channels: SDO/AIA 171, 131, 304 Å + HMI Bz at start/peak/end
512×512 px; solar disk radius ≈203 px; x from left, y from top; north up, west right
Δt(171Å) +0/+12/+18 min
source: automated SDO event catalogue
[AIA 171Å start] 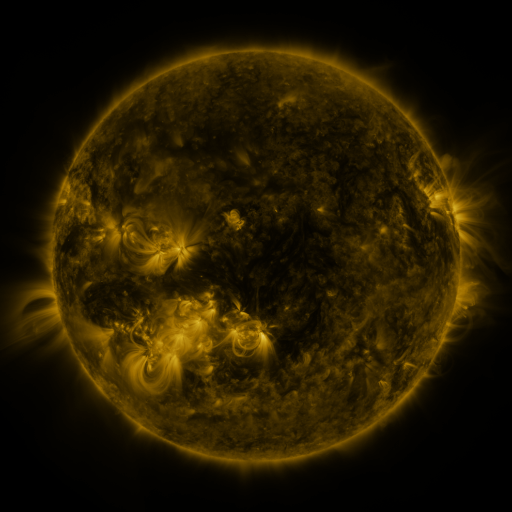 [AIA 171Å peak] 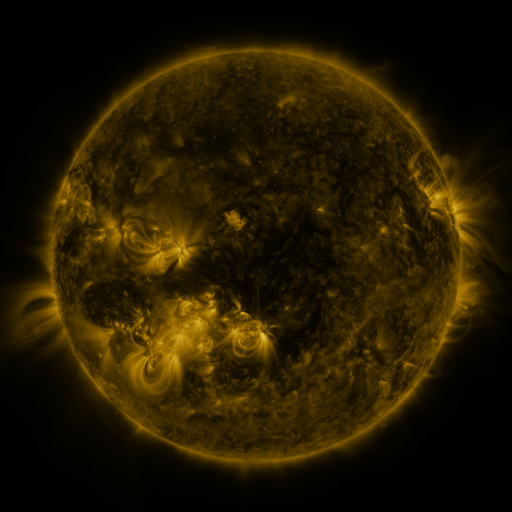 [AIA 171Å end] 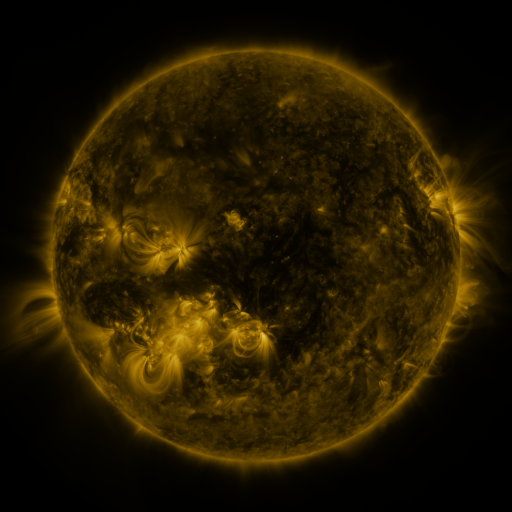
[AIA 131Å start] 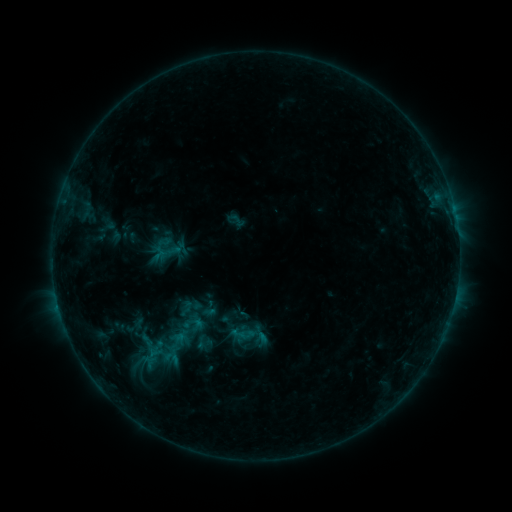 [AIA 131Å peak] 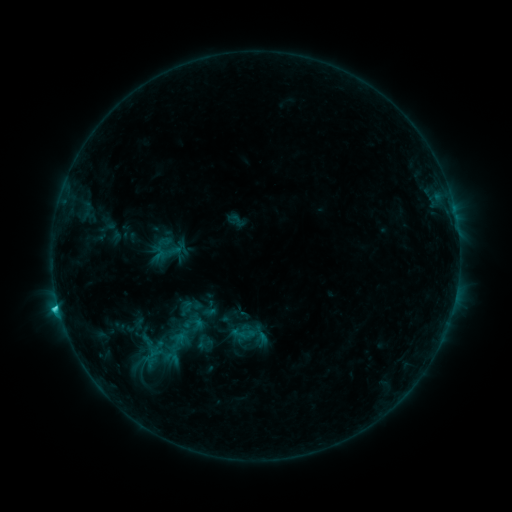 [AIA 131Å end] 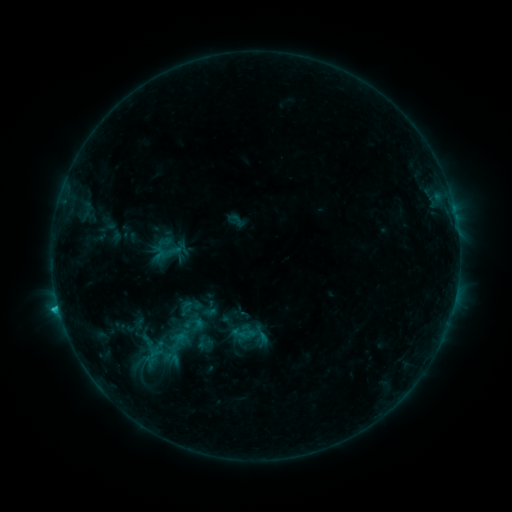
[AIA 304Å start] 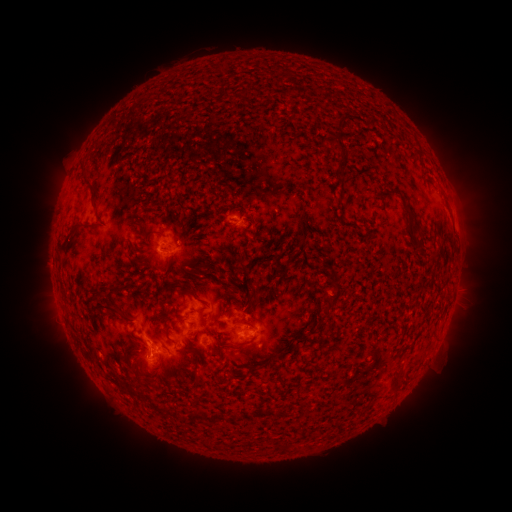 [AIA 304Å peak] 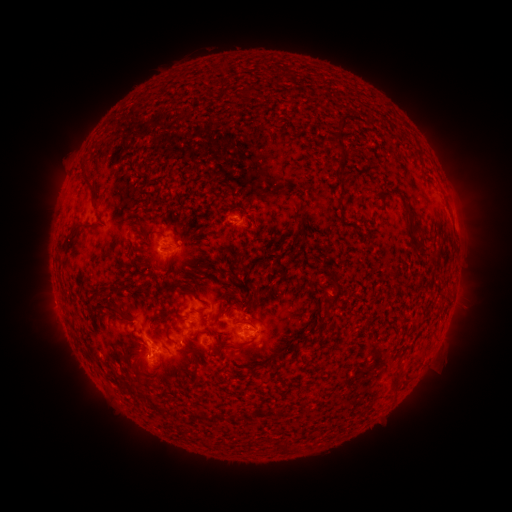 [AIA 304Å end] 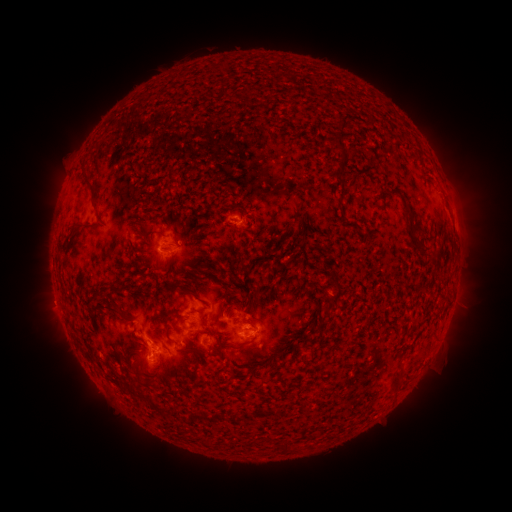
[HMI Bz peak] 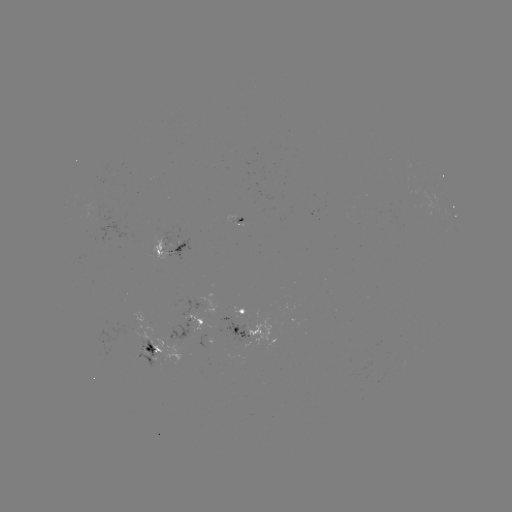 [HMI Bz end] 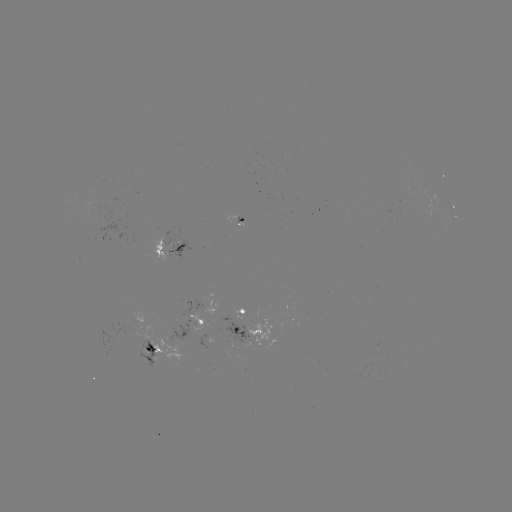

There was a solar flare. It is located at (58, 305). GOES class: C1.6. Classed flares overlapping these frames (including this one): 1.